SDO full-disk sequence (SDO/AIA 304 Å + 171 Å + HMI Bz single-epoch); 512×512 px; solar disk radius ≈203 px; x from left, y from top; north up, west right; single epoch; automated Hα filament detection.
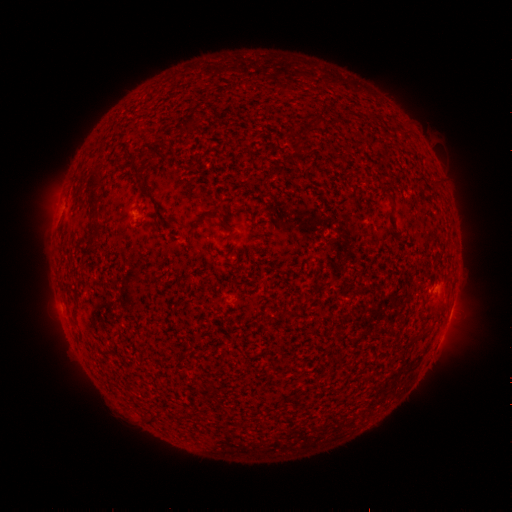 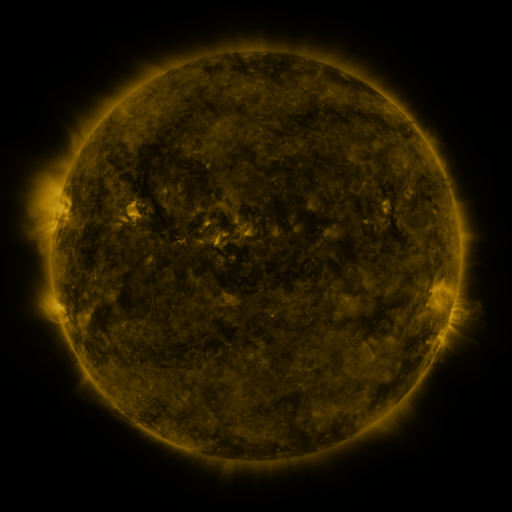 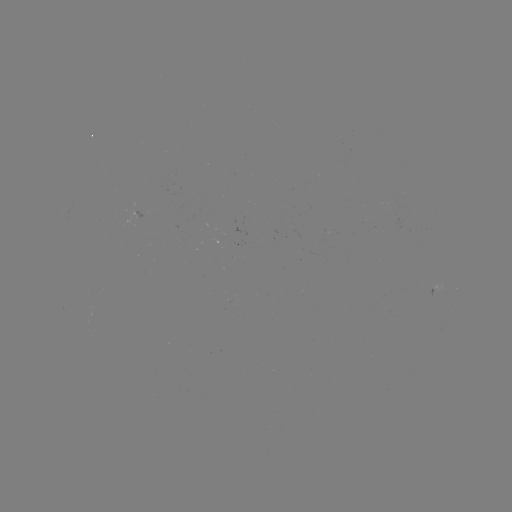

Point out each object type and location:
filament: [191, 112, 198, 126]
filament: [132, 165, 144, 174]
filament: [89, 204, 101, 216]
filament: [192, 208, 221, 227]
filament: [88, 234, 96, 244]
